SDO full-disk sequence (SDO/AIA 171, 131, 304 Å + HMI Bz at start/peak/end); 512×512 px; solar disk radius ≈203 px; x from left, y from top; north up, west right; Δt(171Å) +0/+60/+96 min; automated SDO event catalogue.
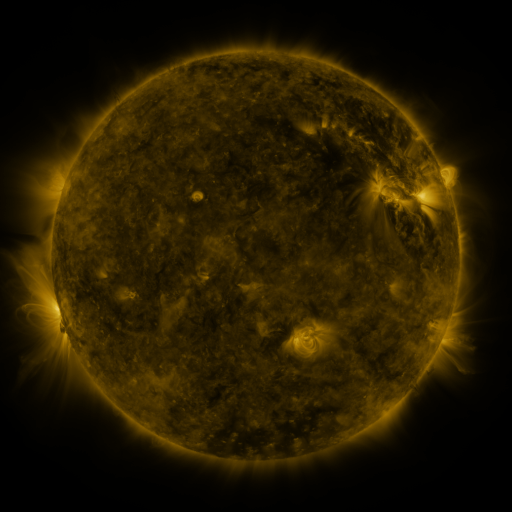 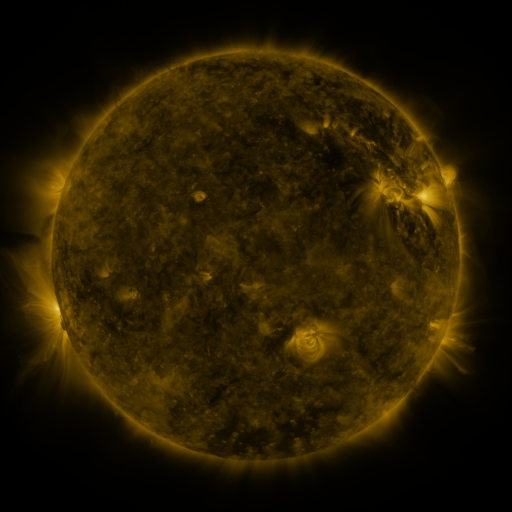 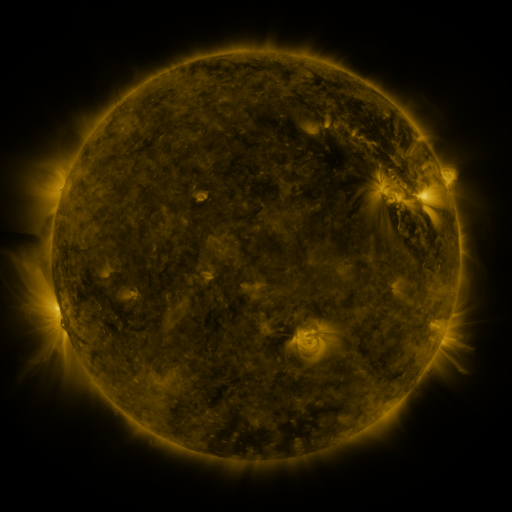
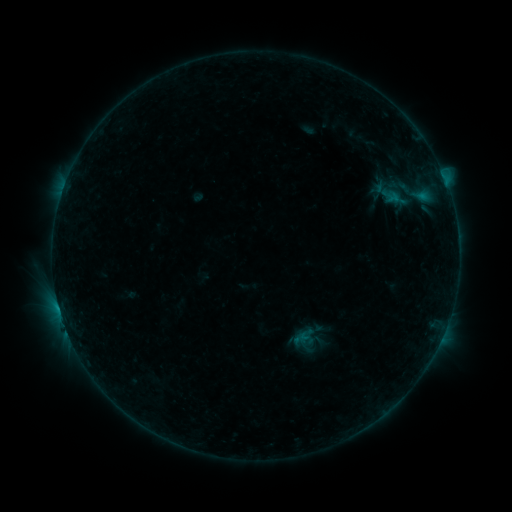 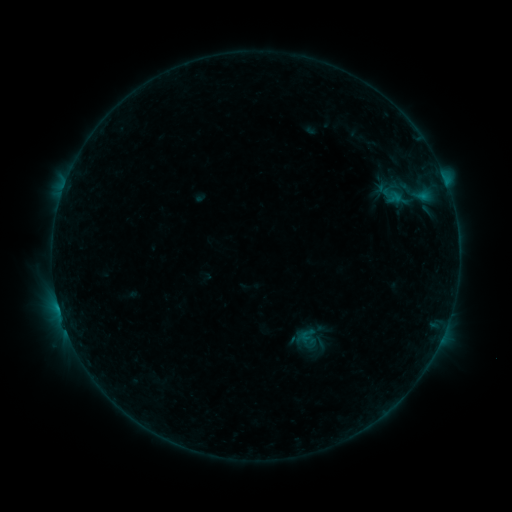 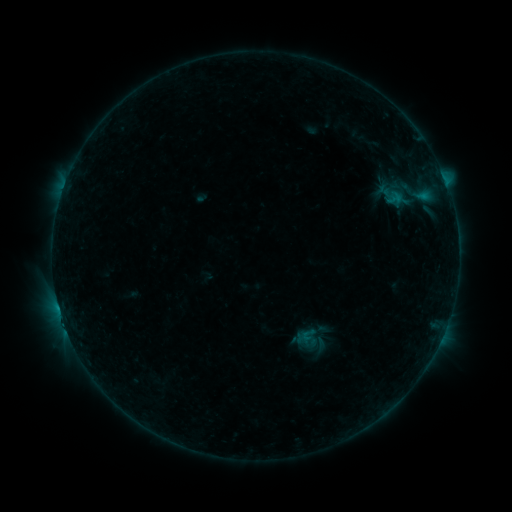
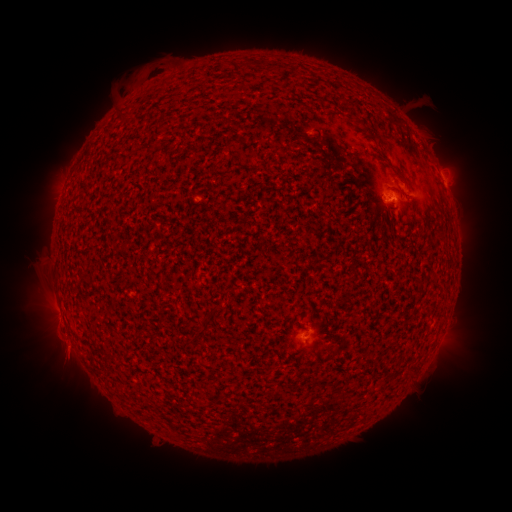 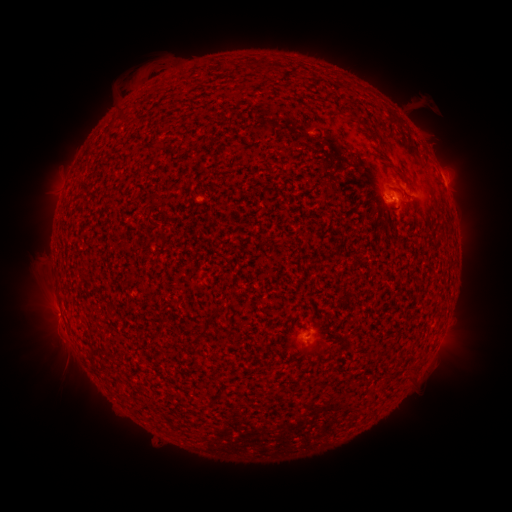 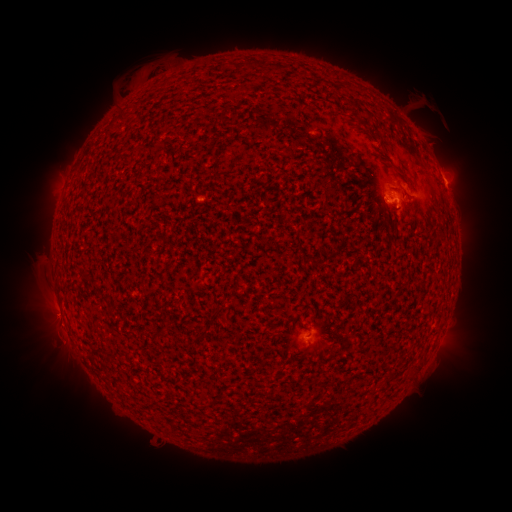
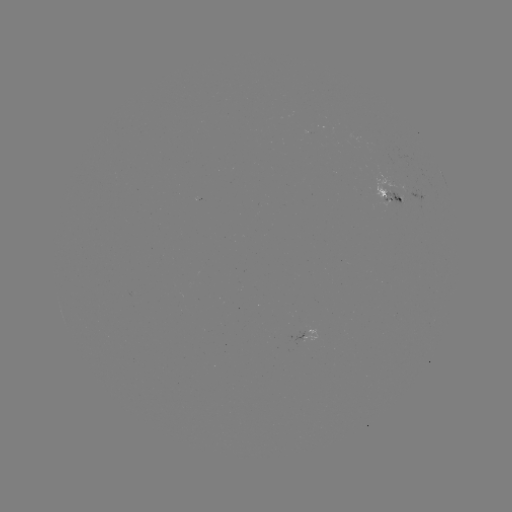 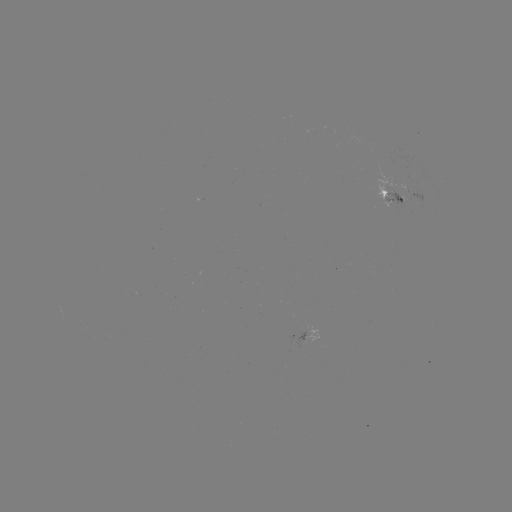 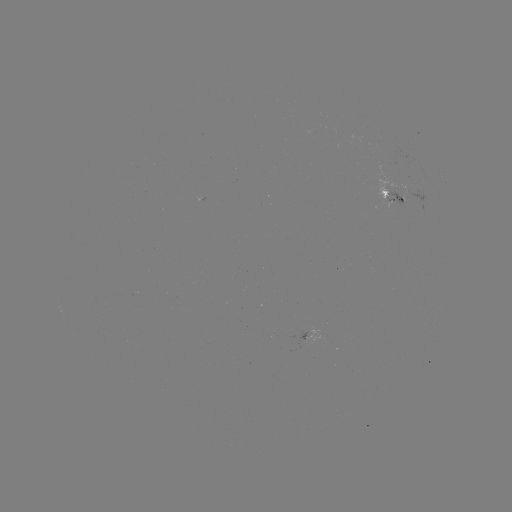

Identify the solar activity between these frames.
emerging-flux region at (402, 201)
